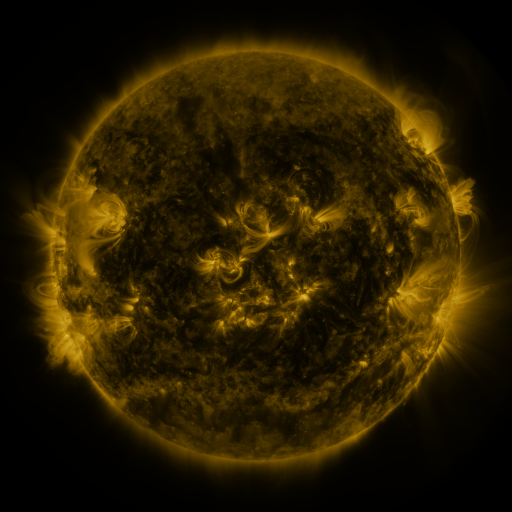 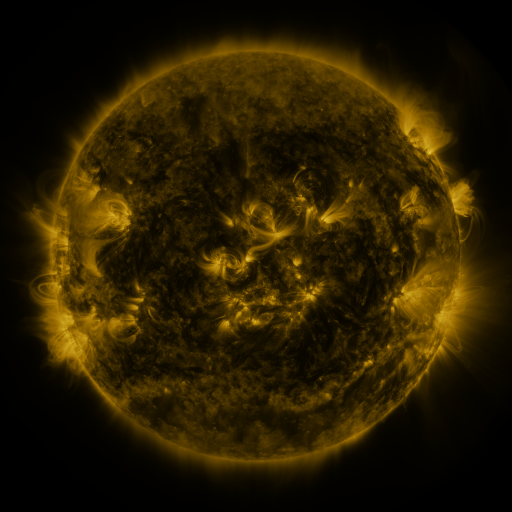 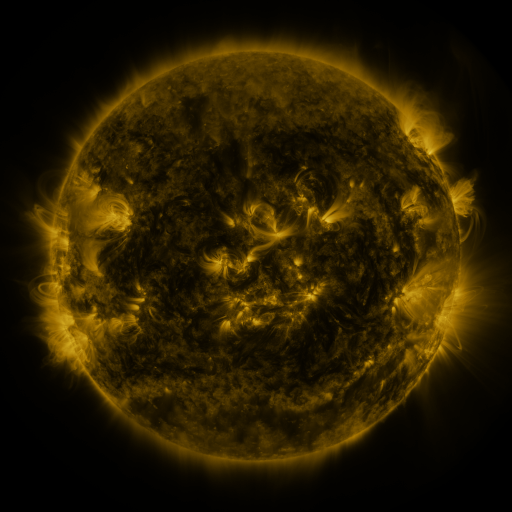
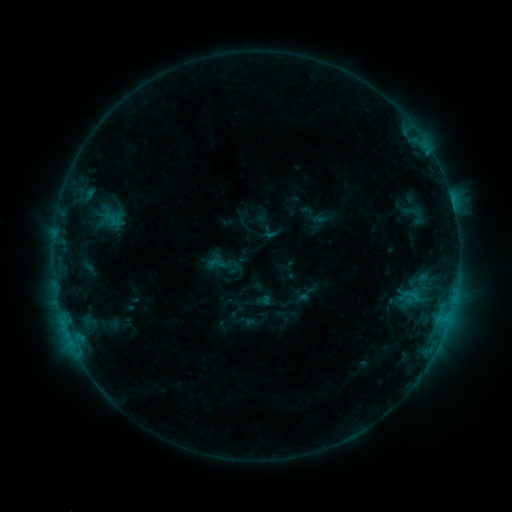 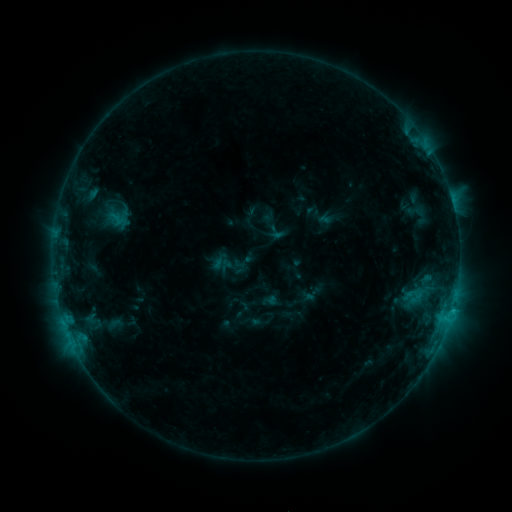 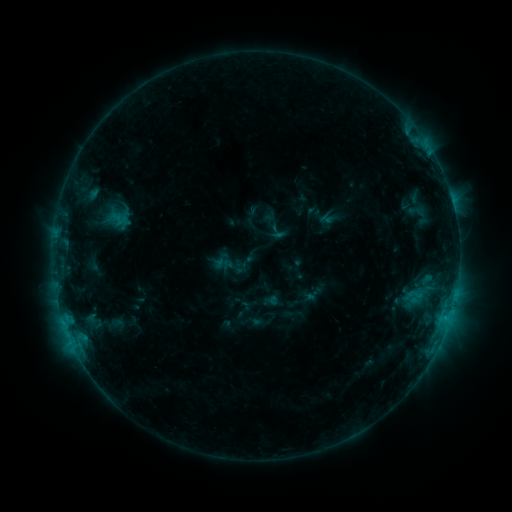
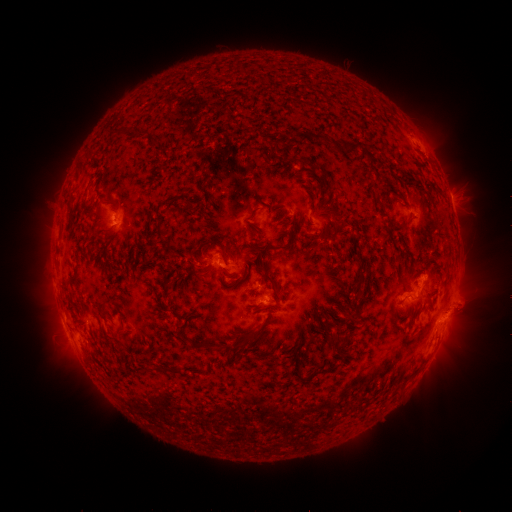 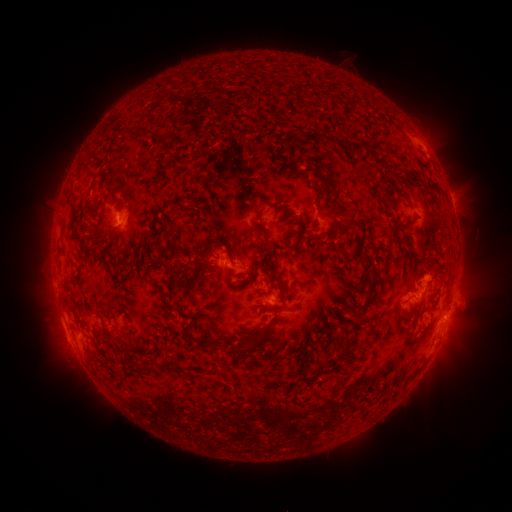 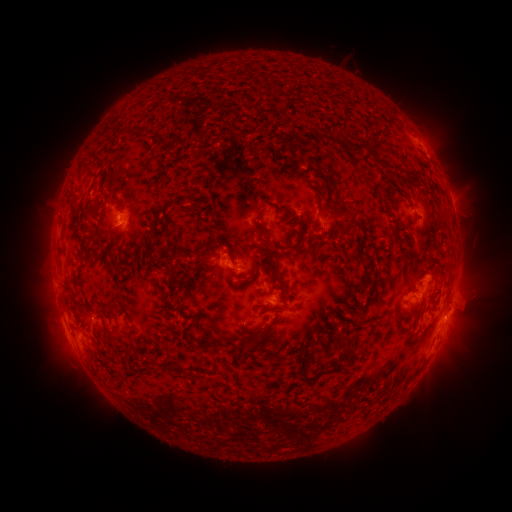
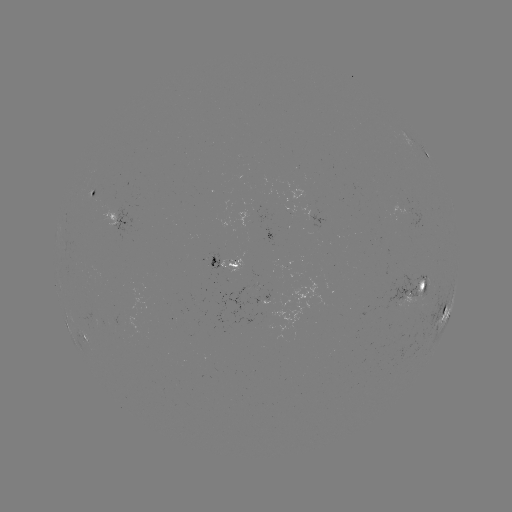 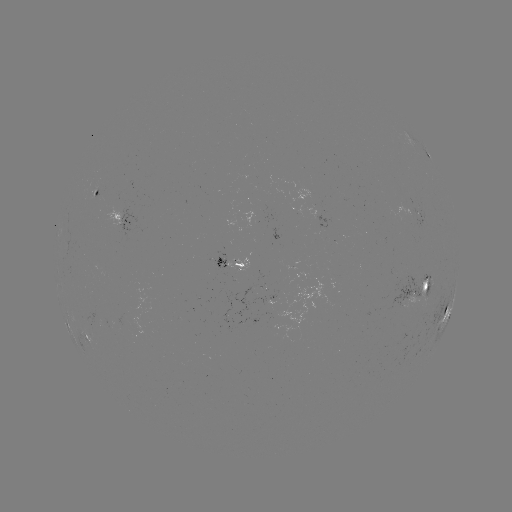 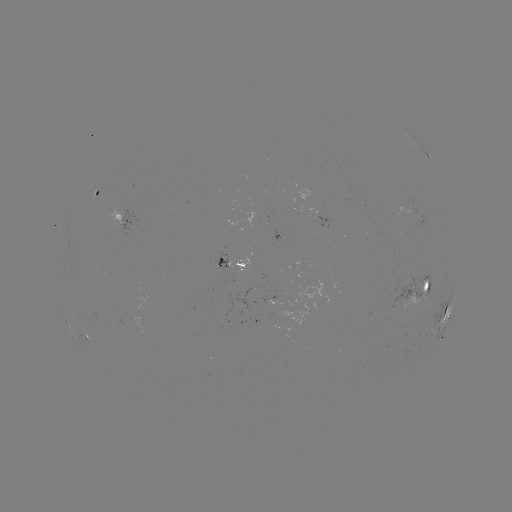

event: emerging-flux region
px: (97, 319)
